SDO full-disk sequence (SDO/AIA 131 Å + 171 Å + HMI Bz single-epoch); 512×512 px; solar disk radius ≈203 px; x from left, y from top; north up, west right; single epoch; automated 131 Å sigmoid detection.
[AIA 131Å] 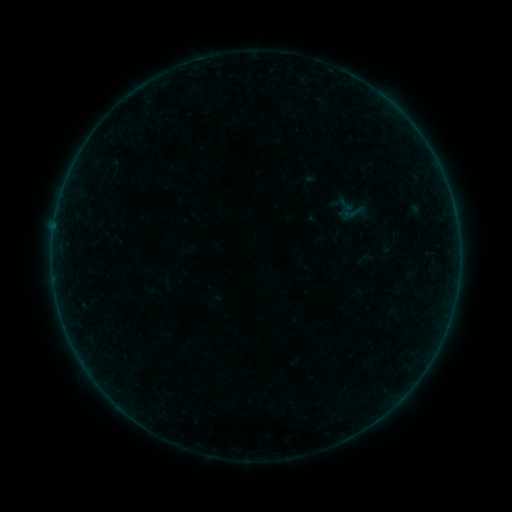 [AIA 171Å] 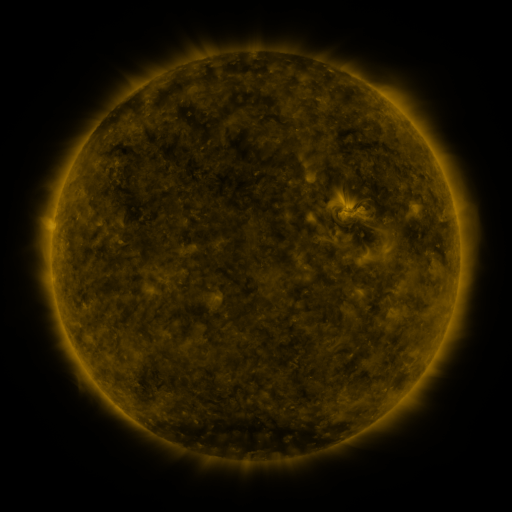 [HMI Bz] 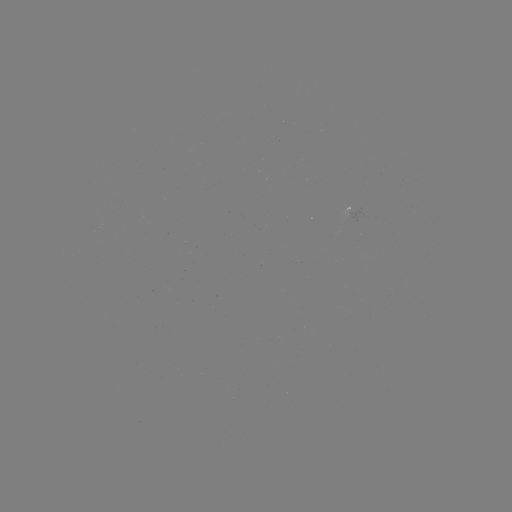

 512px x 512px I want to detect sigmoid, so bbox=[337, 195, 372, 231].